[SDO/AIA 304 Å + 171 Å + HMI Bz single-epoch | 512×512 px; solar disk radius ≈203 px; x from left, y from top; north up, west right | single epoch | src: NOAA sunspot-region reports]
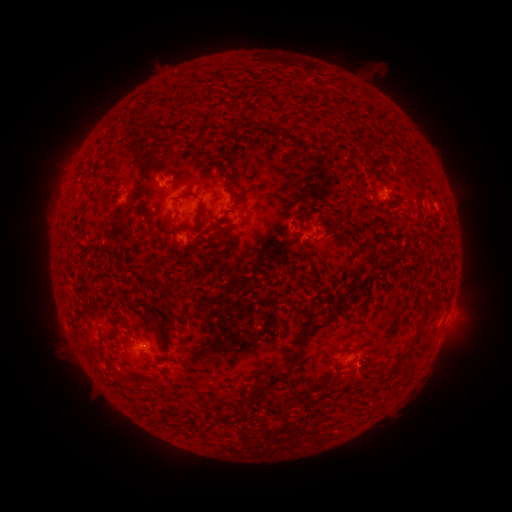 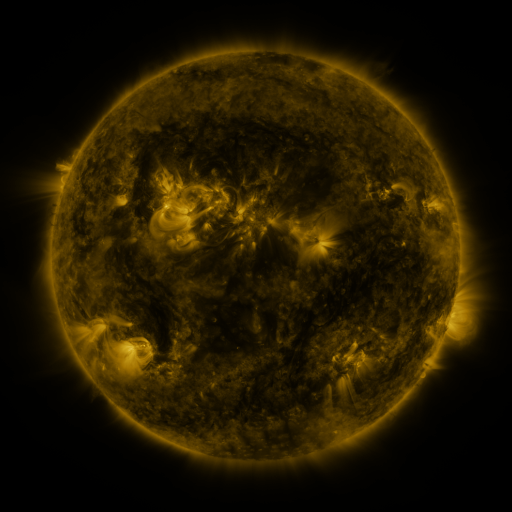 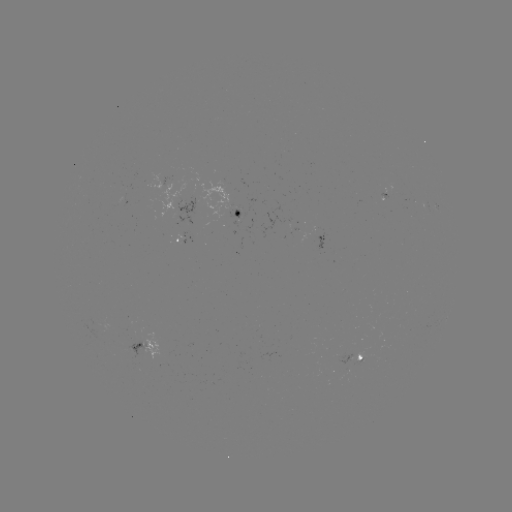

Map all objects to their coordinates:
spotted active region: (157, 182)
spotted active region: (435, 213)
spotted active region: (242, 215)
spotted active region: (183, 242)
spotted active region: (144, 344)
spotted active region: (358, 357)
